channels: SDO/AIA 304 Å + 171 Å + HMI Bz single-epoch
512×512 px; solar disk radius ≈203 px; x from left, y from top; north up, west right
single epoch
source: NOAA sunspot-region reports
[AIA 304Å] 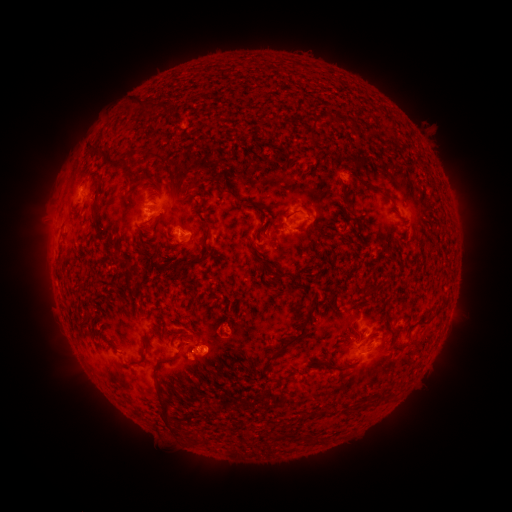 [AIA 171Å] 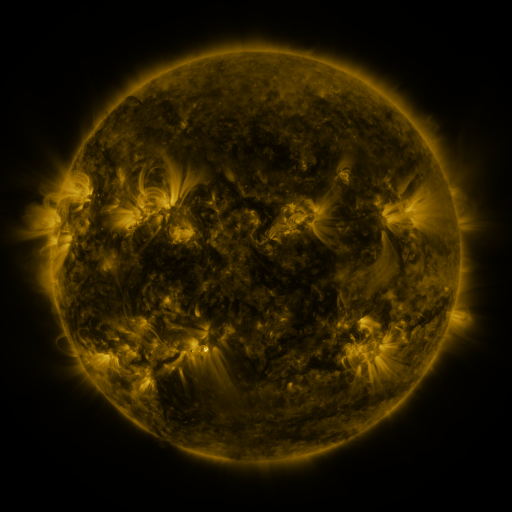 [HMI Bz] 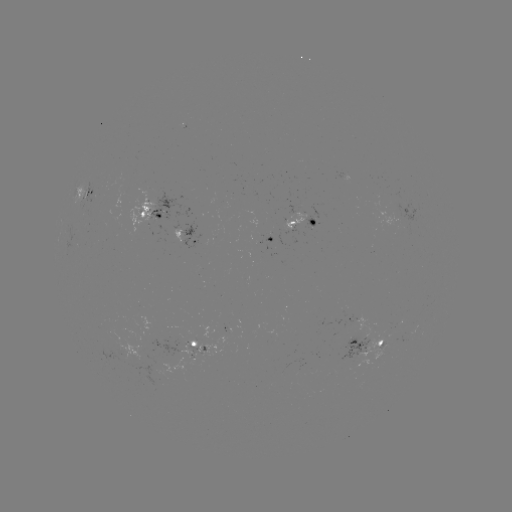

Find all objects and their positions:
spotted active region: (89, 187)
spotted active region: (155, 208)
spotted active region: (304, 219)
spotted active region: (190, 233)
spotted active region: (273, 237)
spotted active region: (366, 343)
spotted active region: (197, 344)
